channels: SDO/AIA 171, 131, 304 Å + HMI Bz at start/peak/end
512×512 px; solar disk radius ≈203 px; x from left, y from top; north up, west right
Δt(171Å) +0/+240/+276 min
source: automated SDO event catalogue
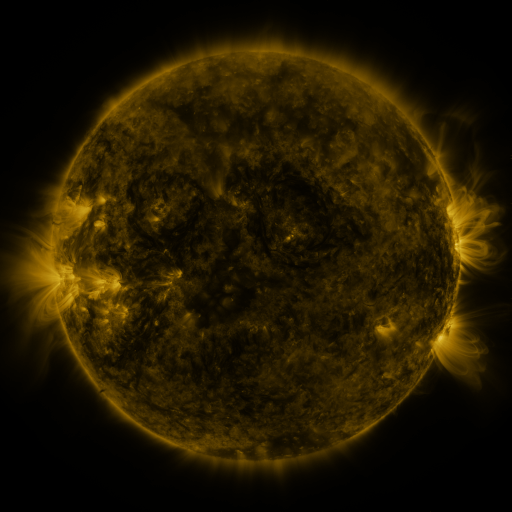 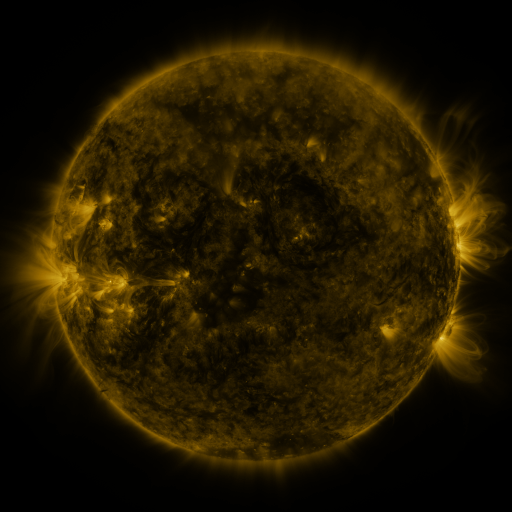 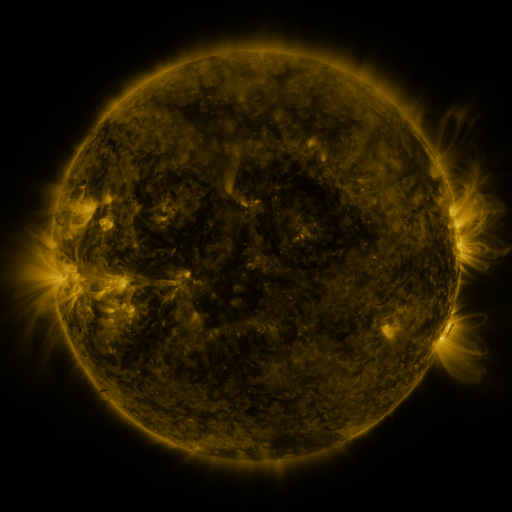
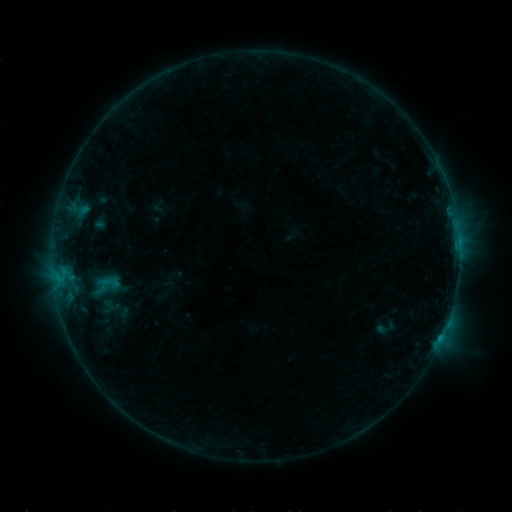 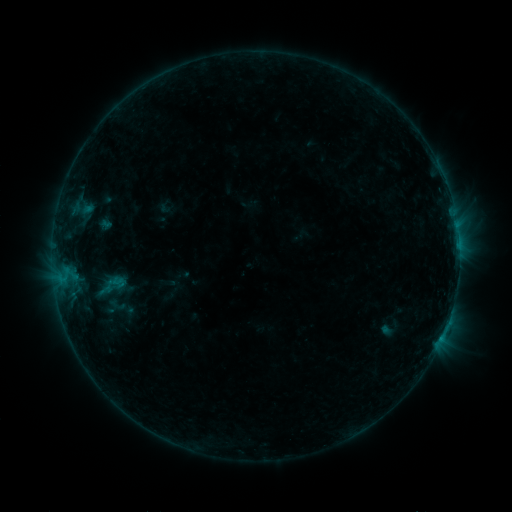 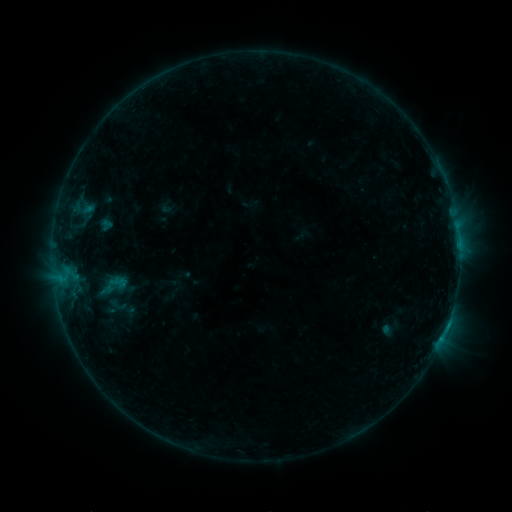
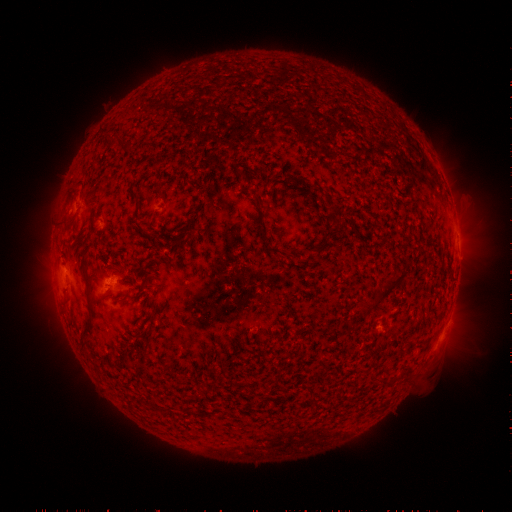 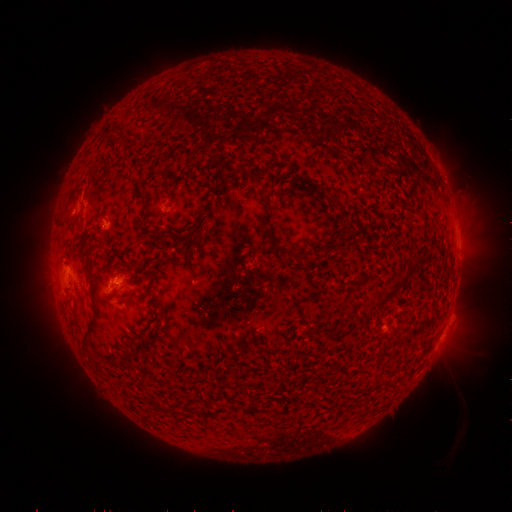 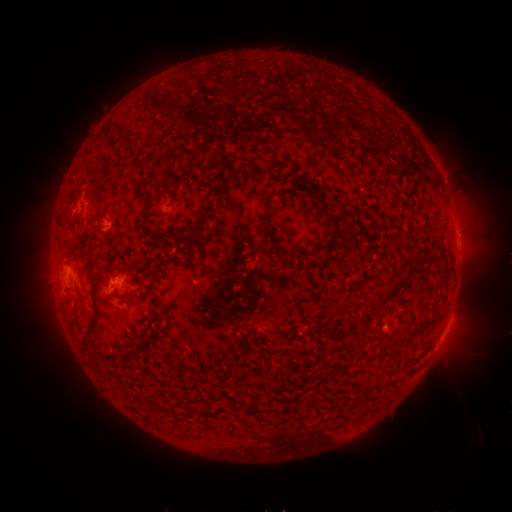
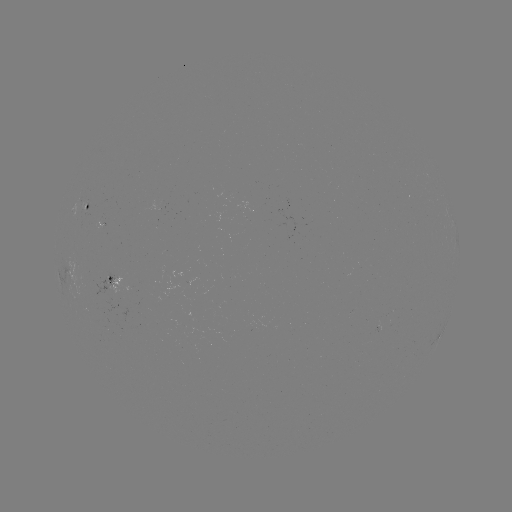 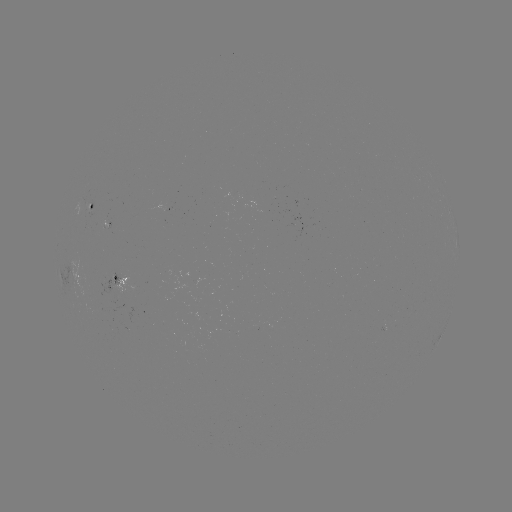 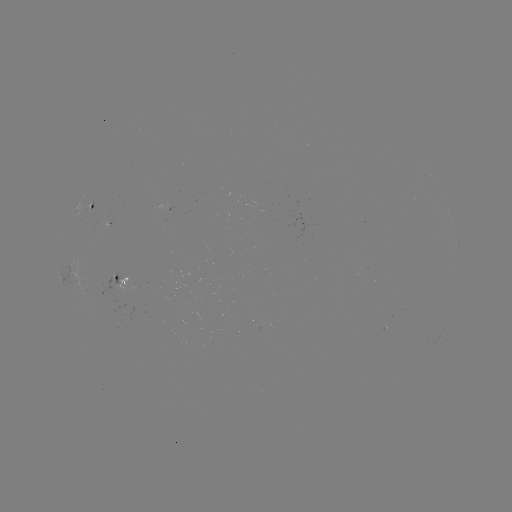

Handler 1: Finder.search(emerging-flux region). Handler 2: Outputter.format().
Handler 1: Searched emerging-flux region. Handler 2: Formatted (109, 283).